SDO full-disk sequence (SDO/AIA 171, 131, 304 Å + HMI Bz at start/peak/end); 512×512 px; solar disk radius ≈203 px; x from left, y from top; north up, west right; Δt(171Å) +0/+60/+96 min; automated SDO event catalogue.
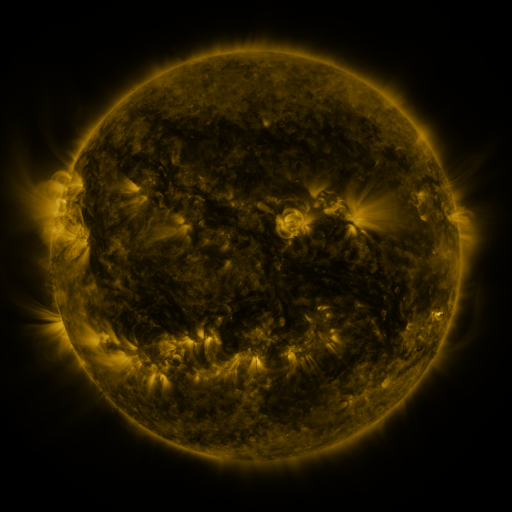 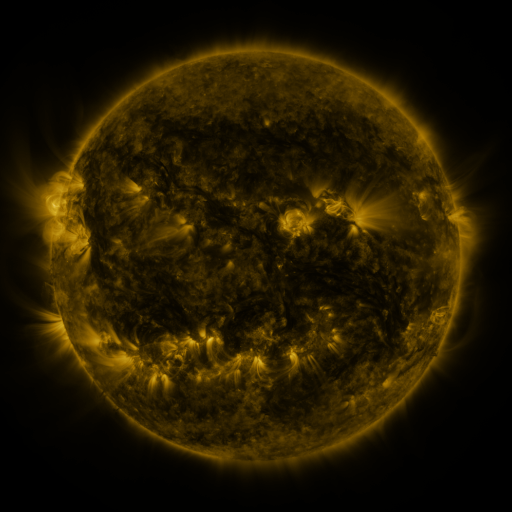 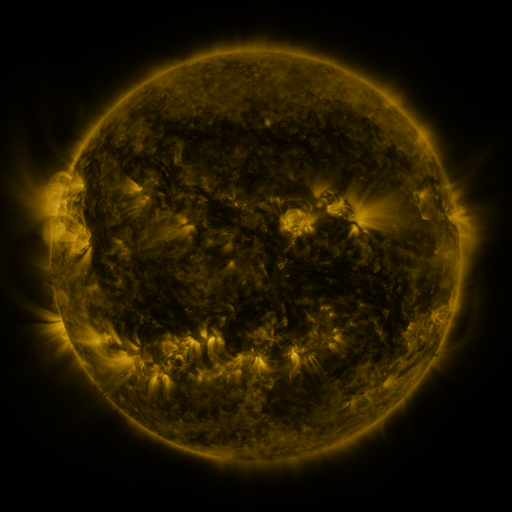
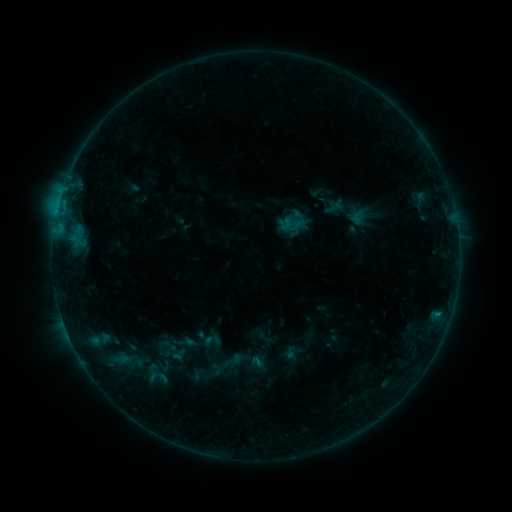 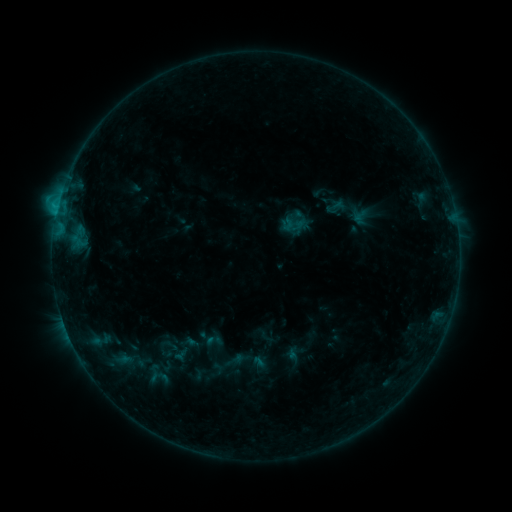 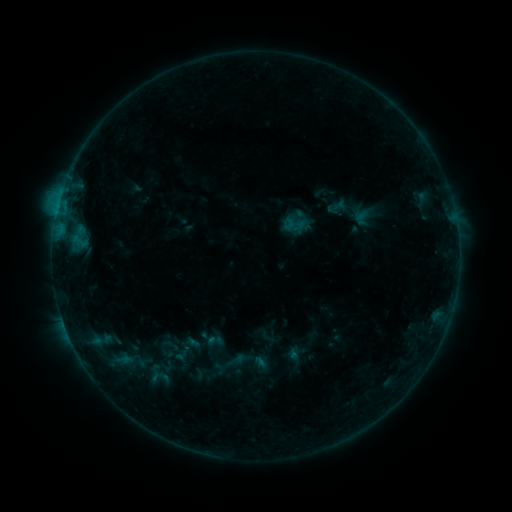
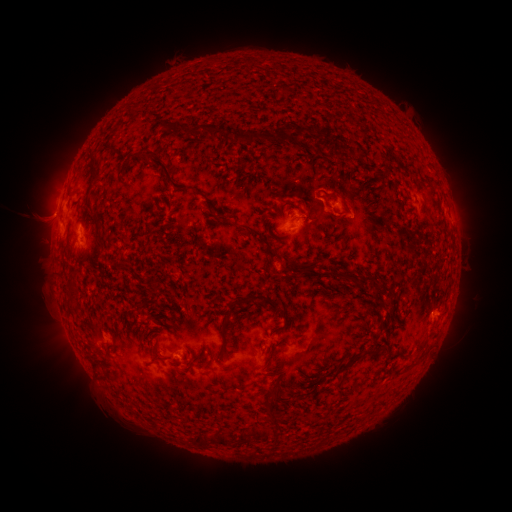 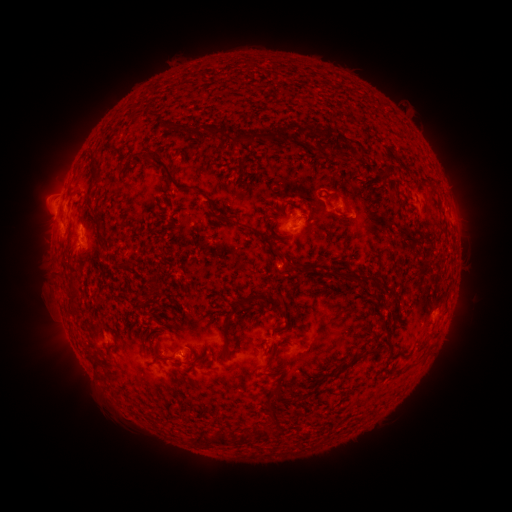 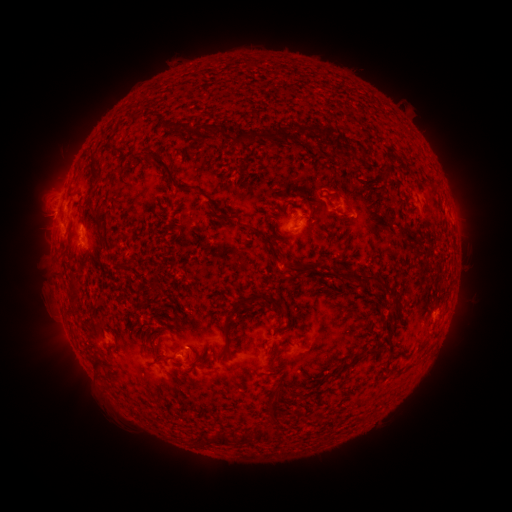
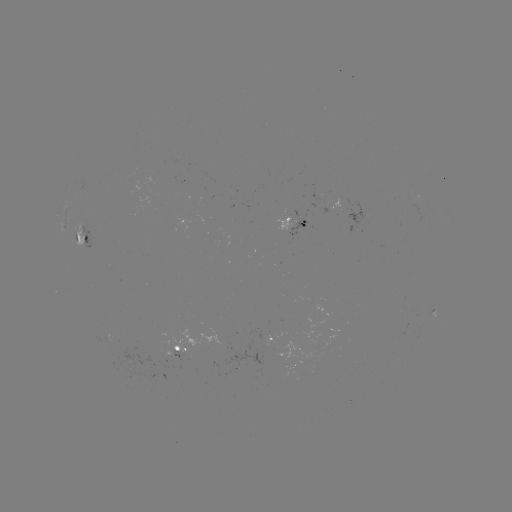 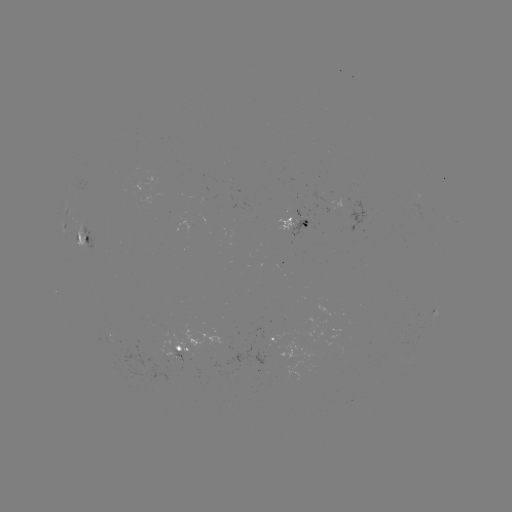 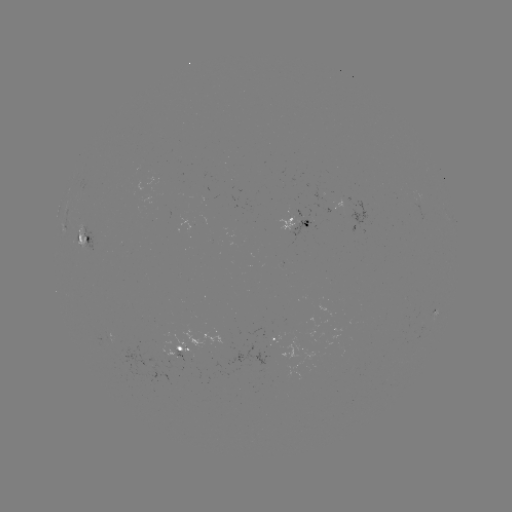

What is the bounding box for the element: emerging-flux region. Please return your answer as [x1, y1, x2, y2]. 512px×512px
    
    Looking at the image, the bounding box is [409, 203, 429, 222].